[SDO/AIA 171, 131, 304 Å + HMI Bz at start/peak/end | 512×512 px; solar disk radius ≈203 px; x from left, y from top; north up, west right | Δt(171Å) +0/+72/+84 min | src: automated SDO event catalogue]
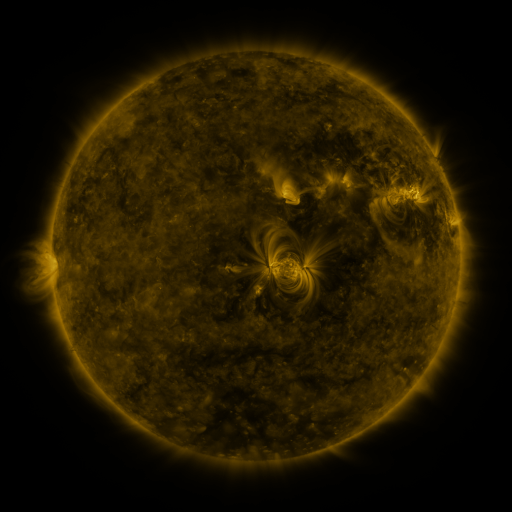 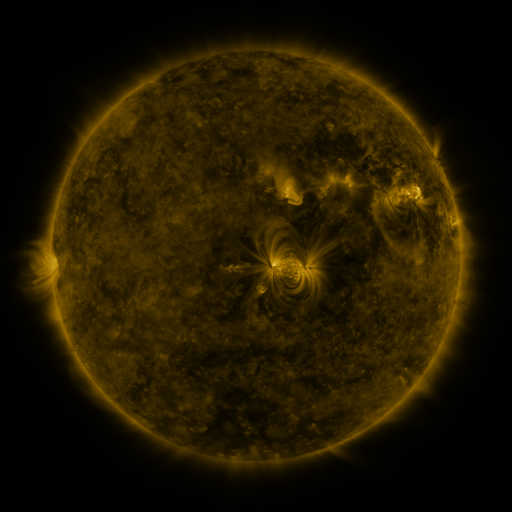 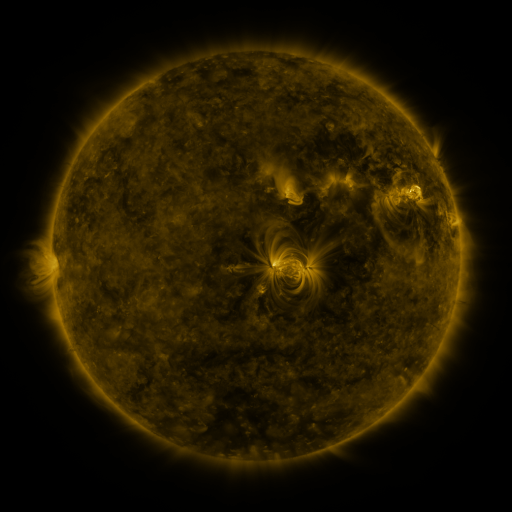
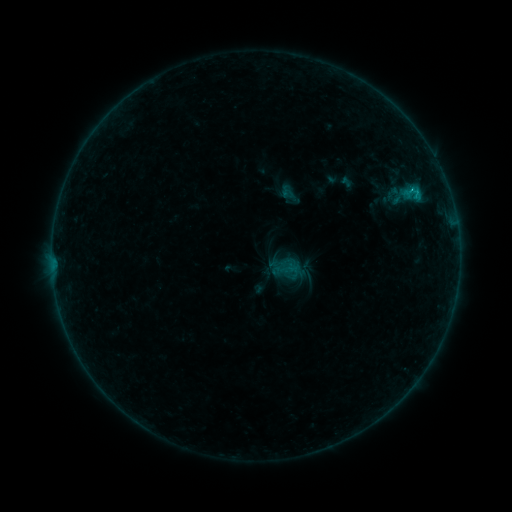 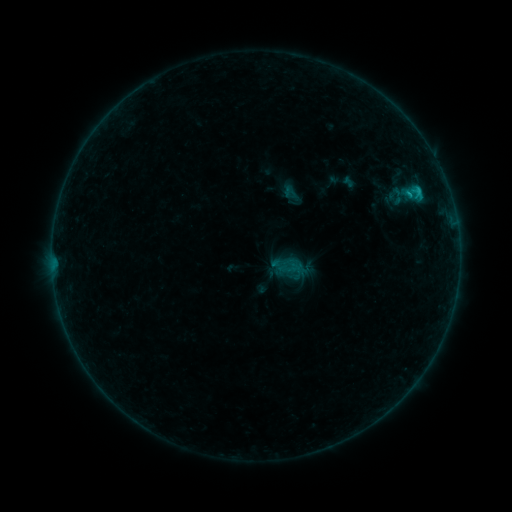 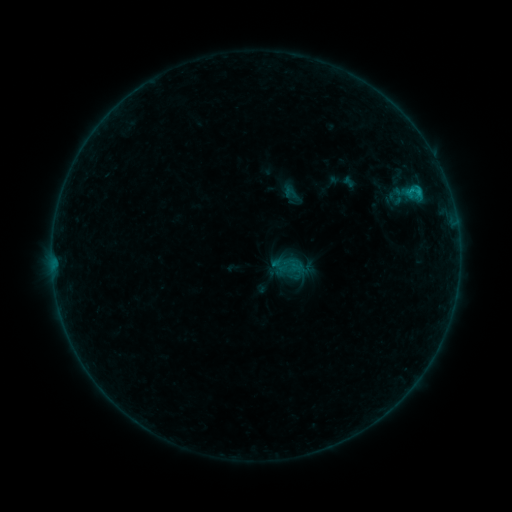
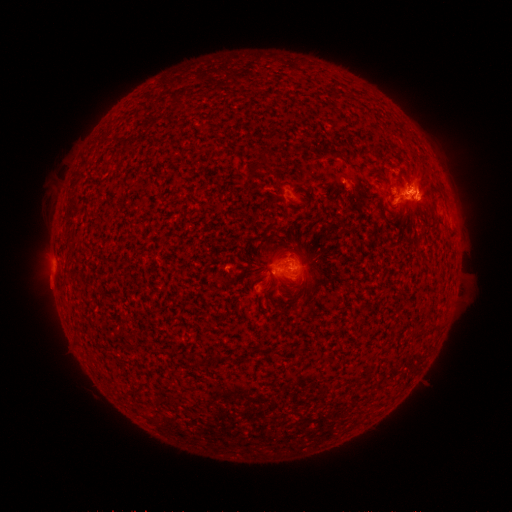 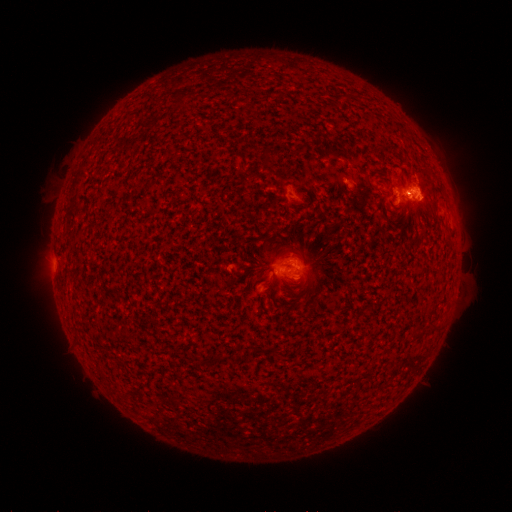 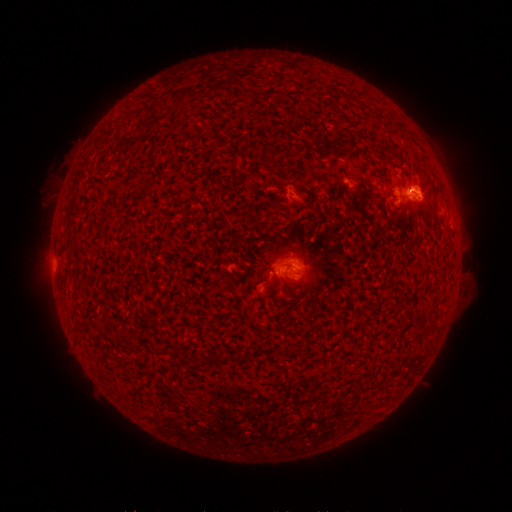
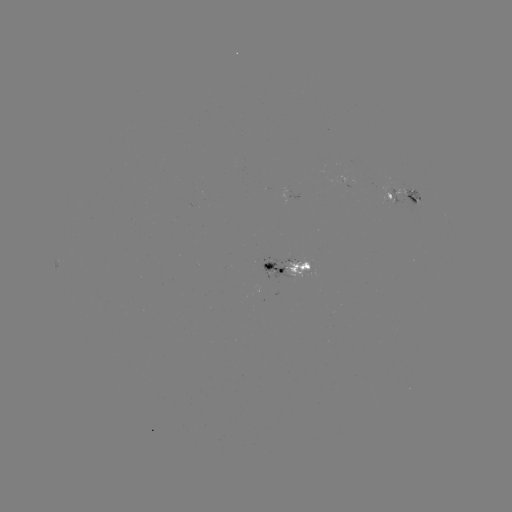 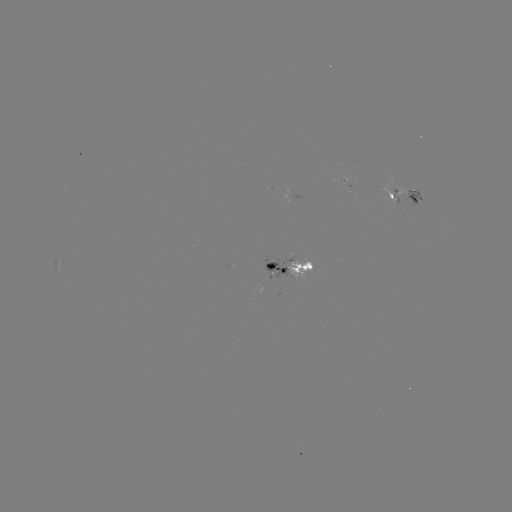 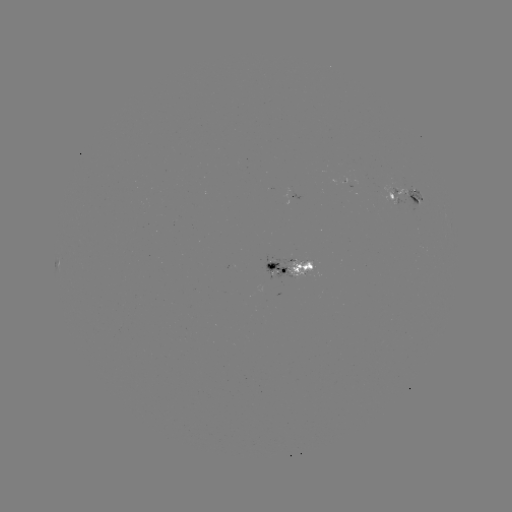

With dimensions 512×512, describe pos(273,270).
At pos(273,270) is emerging-flux region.